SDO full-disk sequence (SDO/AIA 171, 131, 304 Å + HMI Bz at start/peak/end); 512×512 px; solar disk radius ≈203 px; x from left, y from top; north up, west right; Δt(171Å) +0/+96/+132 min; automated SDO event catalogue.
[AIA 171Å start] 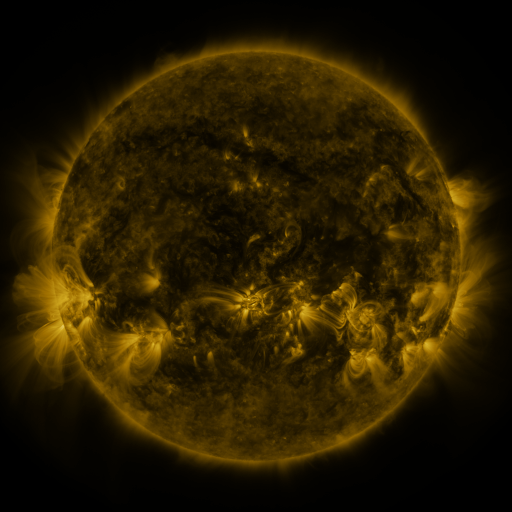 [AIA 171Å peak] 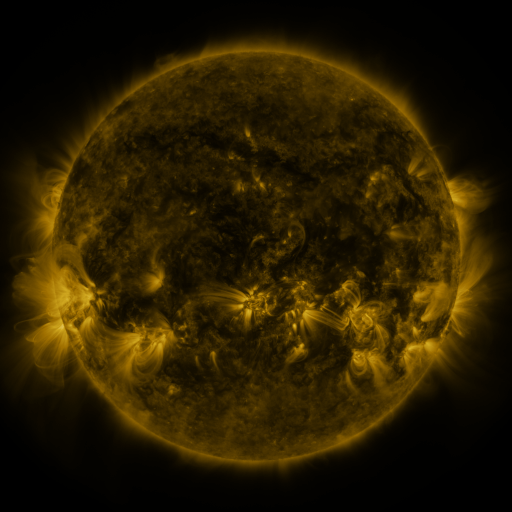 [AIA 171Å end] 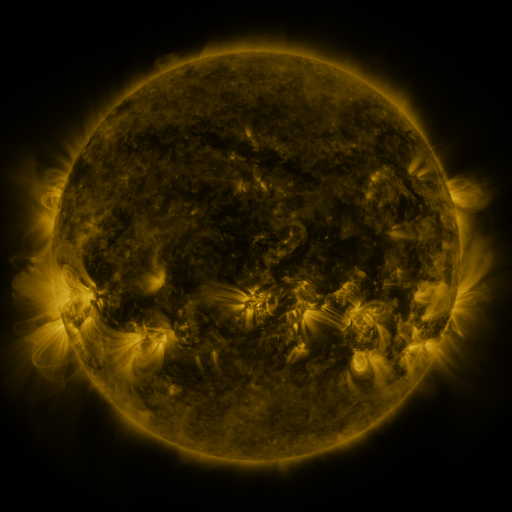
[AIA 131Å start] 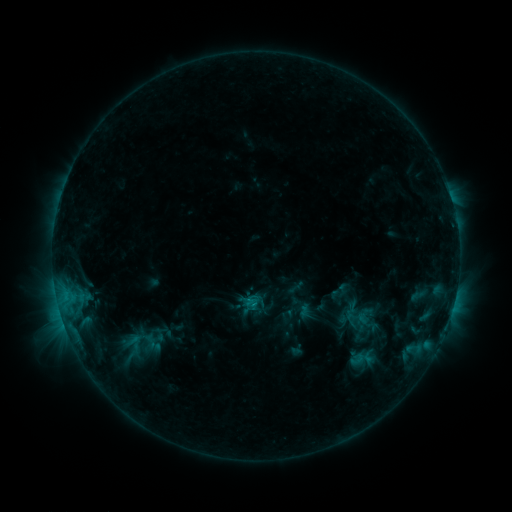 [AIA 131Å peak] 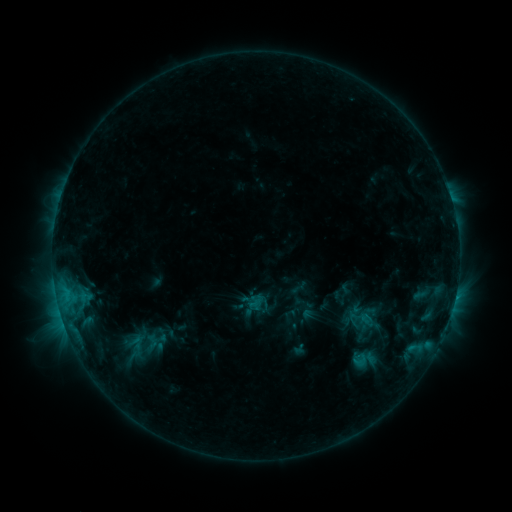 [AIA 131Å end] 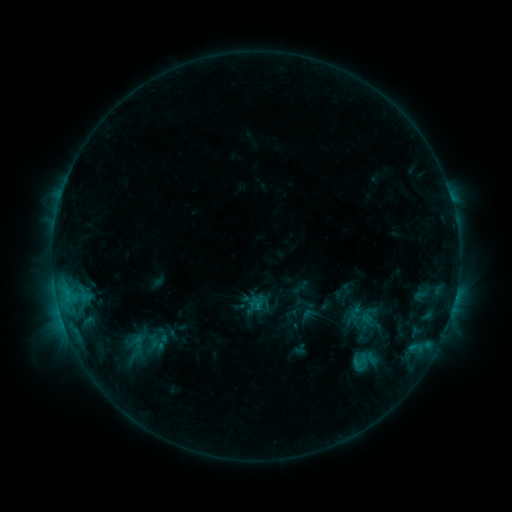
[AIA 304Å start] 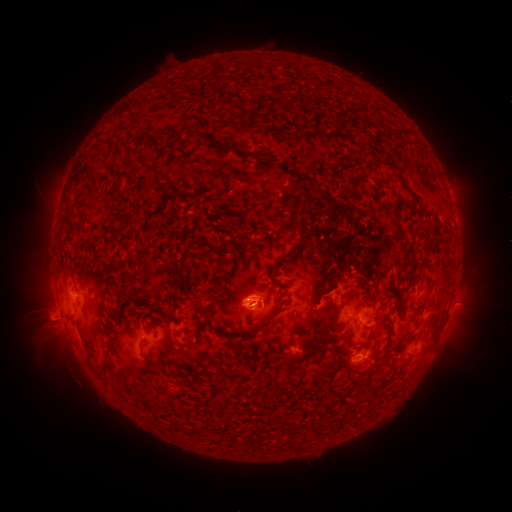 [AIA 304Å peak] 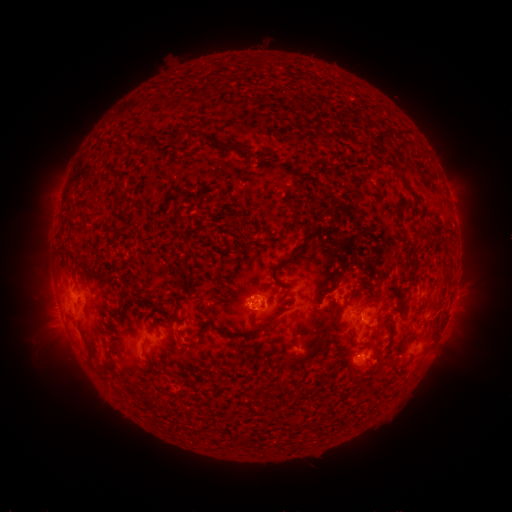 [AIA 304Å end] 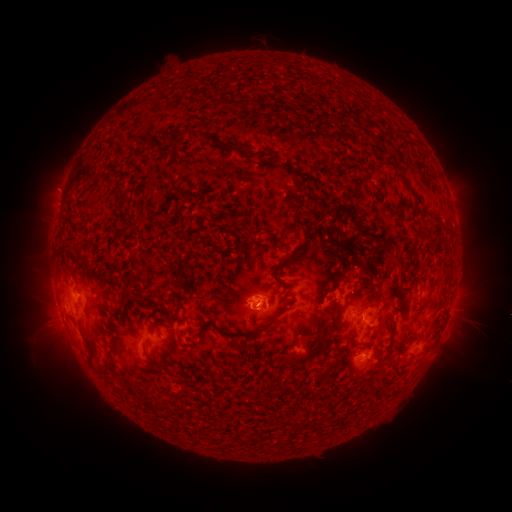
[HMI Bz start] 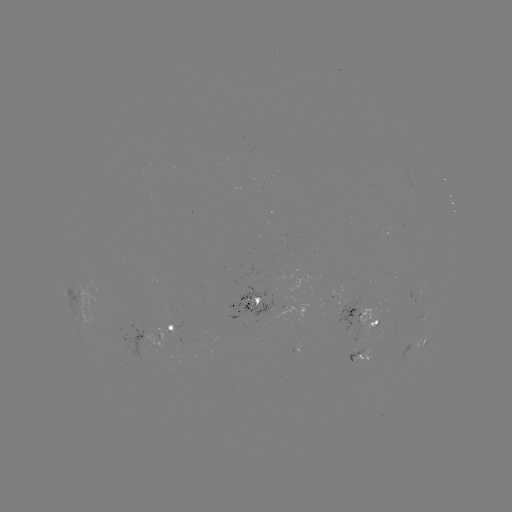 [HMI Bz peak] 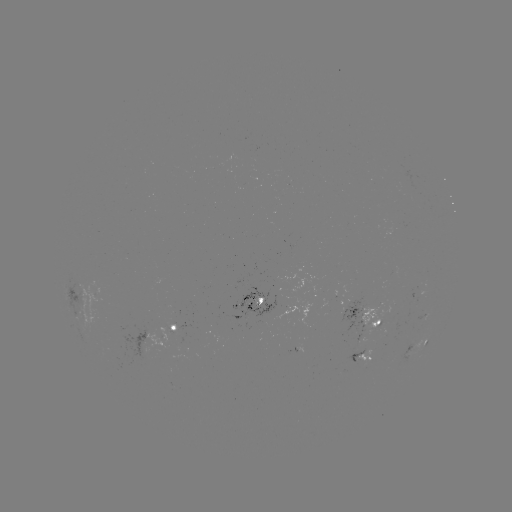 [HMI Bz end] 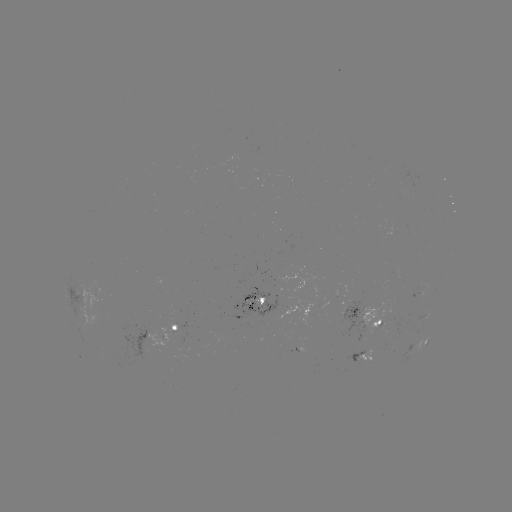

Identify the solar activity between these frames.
emerging-flux region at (421, 289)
